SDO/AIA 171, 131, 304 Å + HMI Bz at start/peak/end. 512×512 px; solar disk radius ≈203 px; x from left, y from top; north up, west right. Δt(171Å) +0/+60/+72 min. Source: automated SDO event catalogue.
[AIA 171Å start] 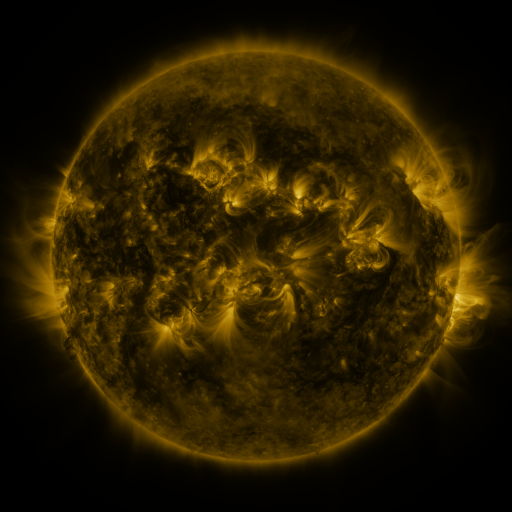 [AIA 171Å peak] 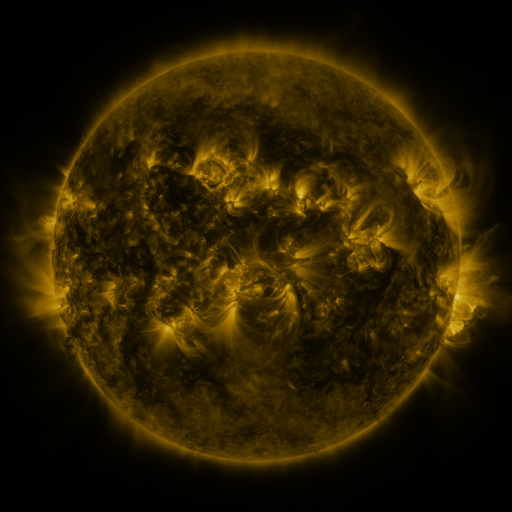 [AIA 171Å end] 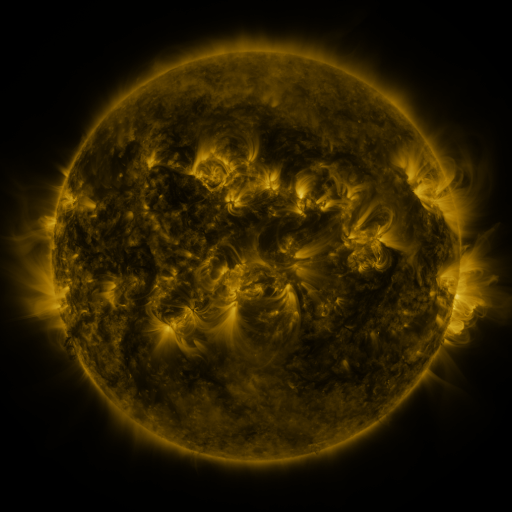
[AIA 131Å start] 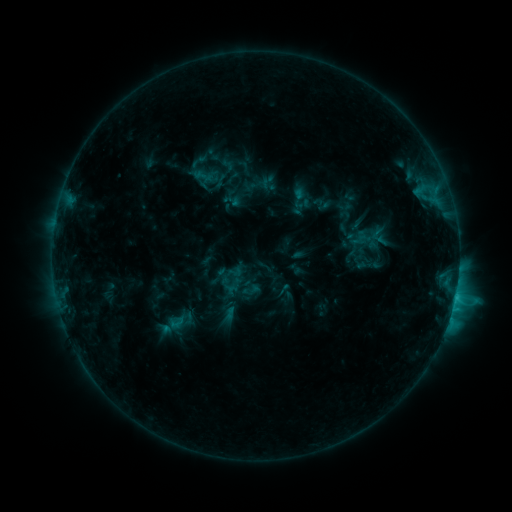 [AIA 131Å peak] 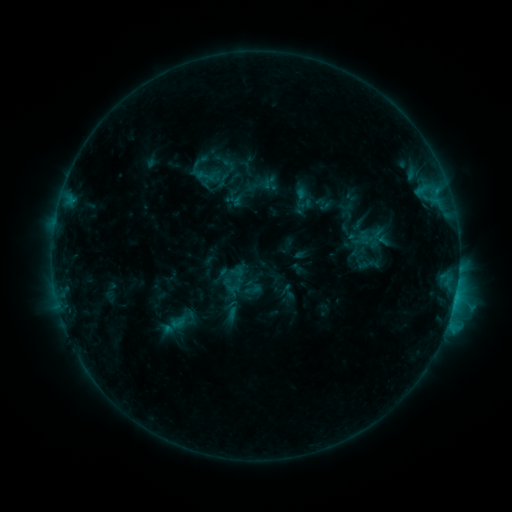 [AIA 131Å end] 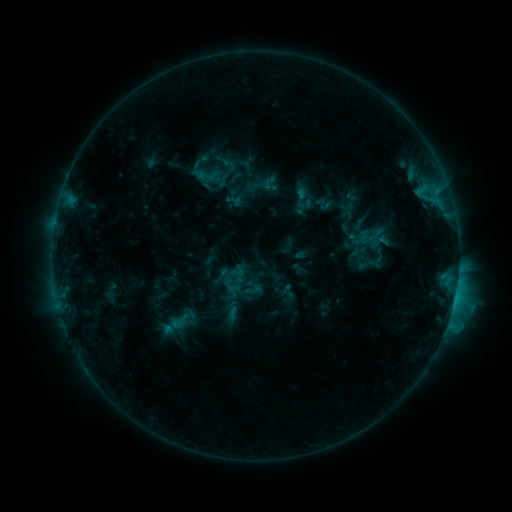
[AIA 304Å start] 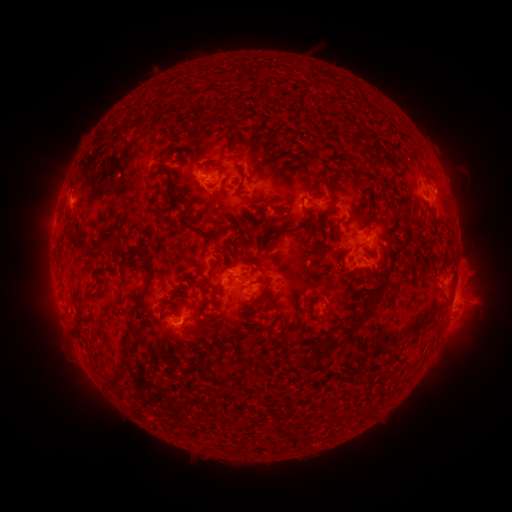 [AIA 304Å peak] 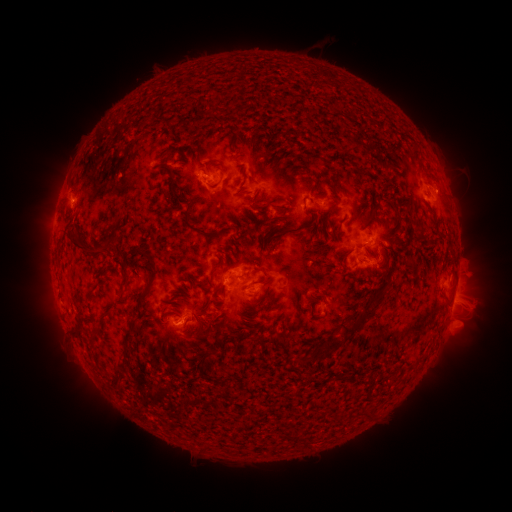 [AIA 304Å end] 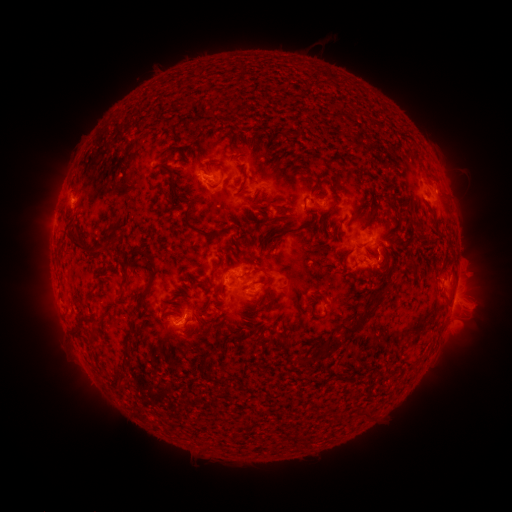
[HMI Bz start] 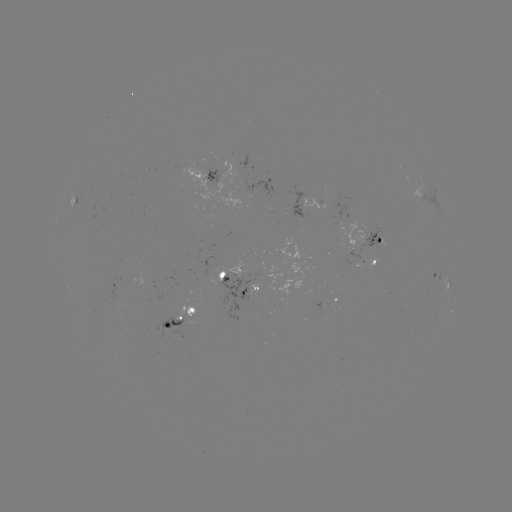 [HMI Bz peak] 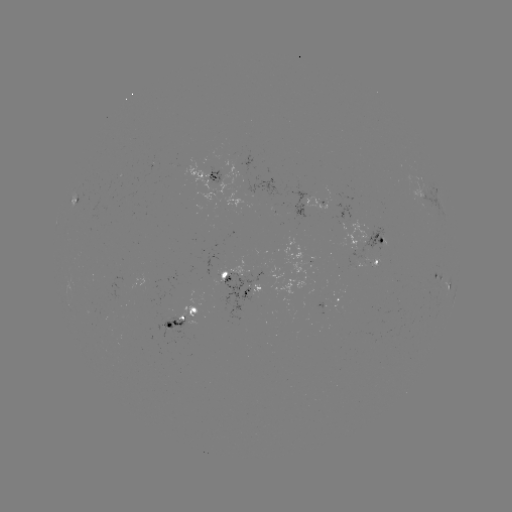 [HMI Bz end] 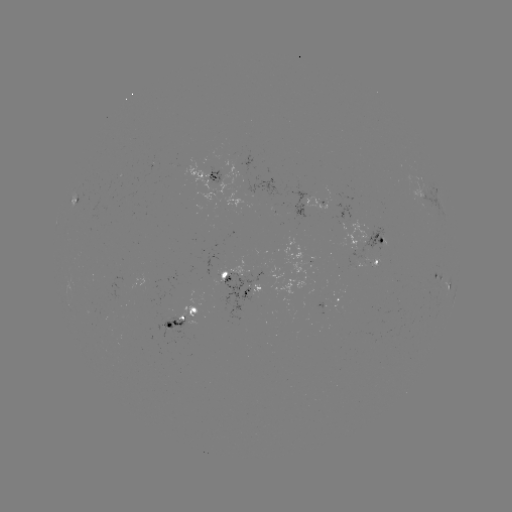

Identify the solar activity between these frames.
emerging-flux region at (362, 261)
